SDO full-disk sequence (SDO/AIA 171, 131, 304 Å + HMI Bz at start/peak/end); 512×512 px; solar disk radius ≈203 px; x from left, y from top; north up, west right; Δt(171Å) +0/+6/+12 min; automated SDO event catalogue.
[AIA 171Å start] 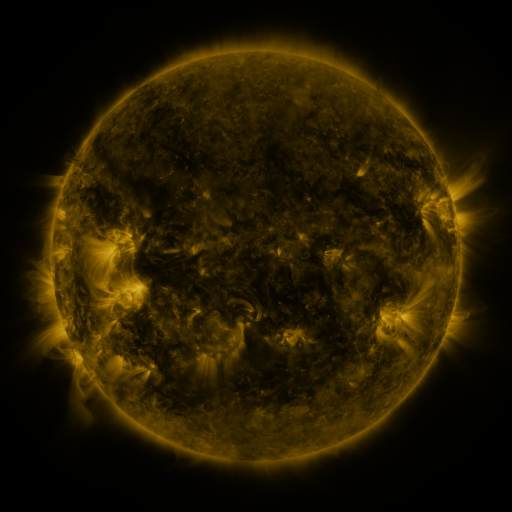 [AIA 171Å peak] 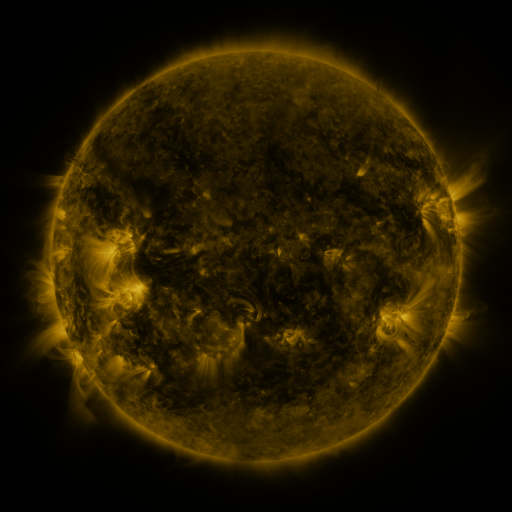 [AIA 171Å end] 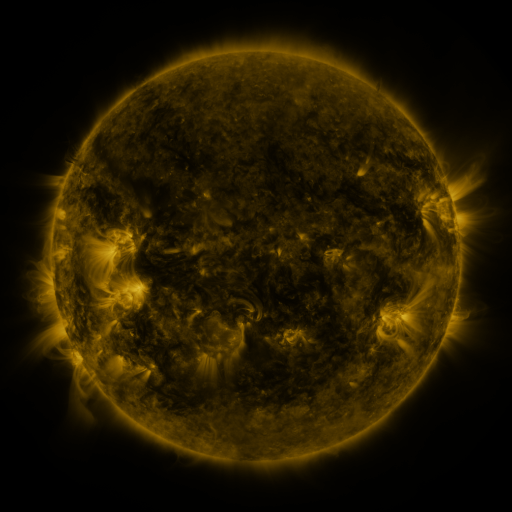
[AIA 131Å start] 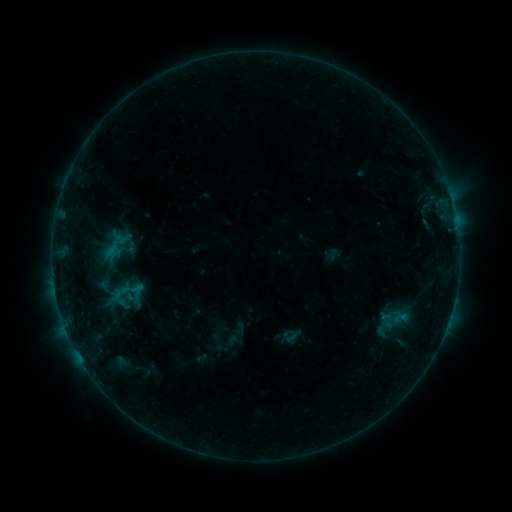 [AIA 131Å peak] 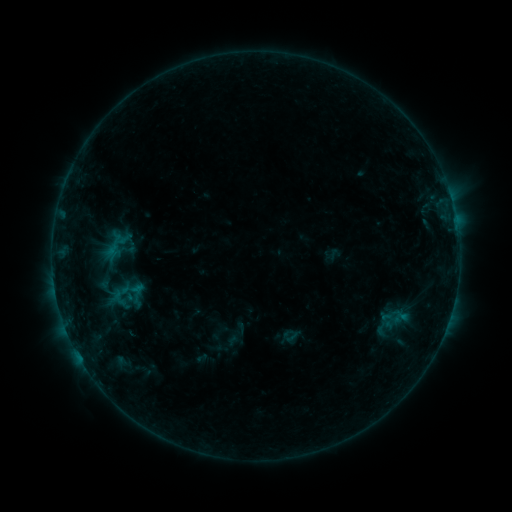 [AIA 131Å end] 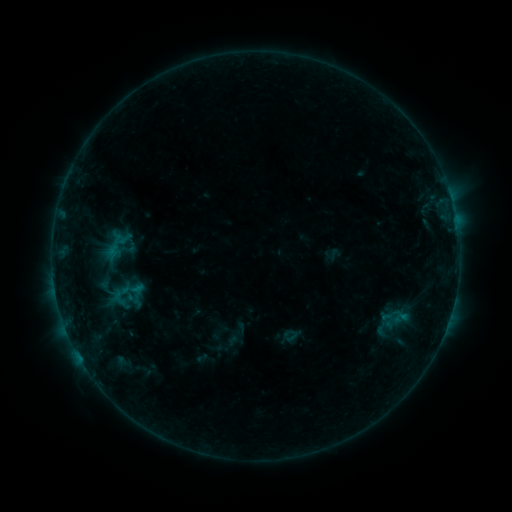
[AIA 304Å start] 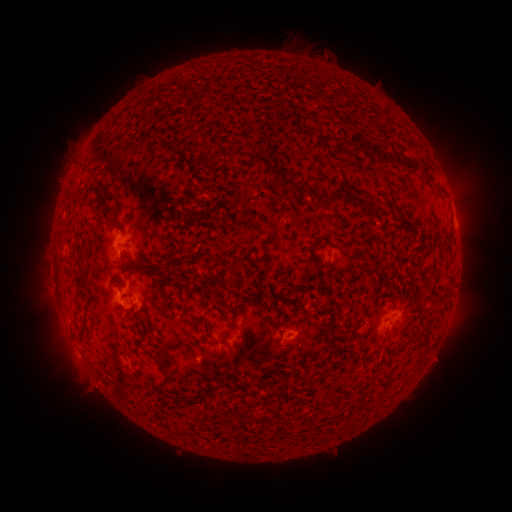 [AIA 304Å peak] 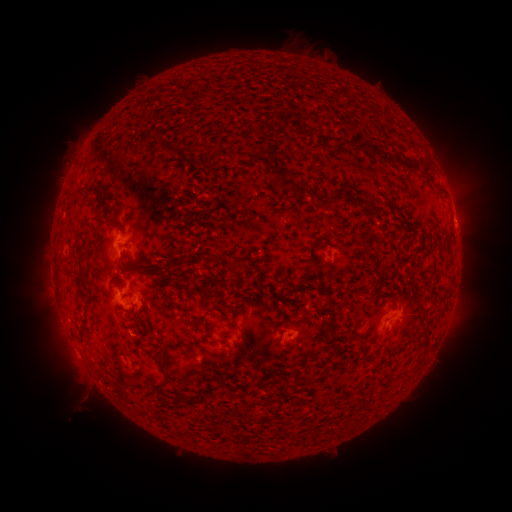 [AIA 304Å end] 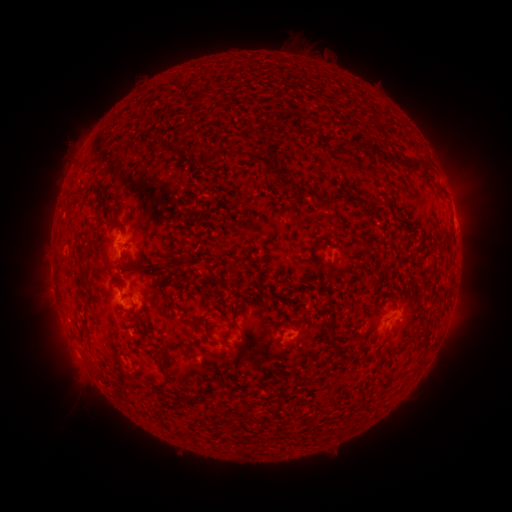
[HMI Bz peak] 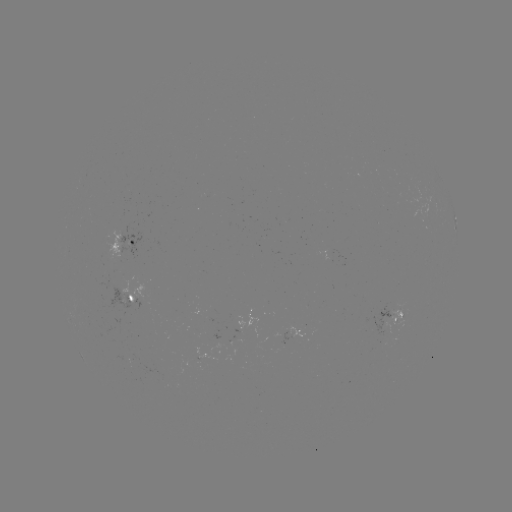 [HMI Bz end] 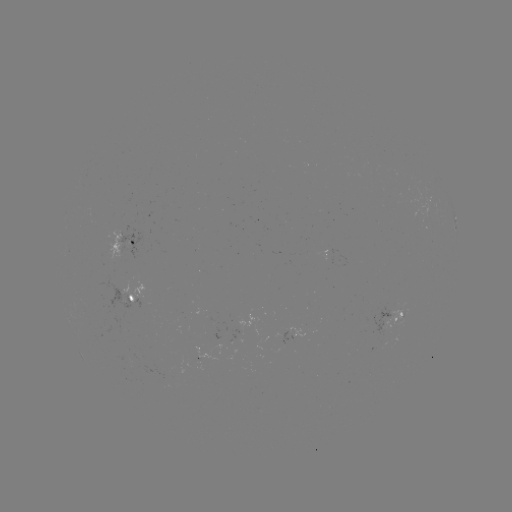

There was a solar eruption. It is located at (88, 396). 